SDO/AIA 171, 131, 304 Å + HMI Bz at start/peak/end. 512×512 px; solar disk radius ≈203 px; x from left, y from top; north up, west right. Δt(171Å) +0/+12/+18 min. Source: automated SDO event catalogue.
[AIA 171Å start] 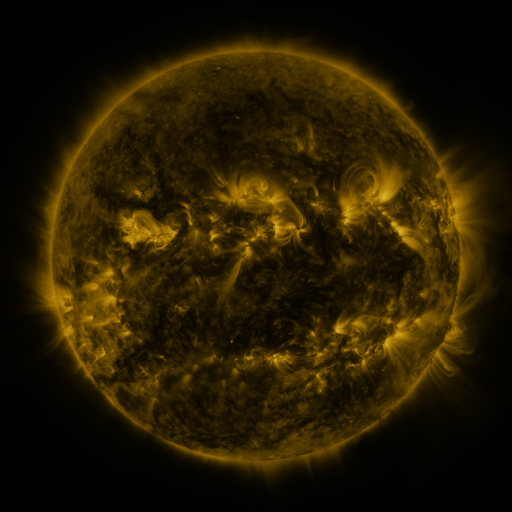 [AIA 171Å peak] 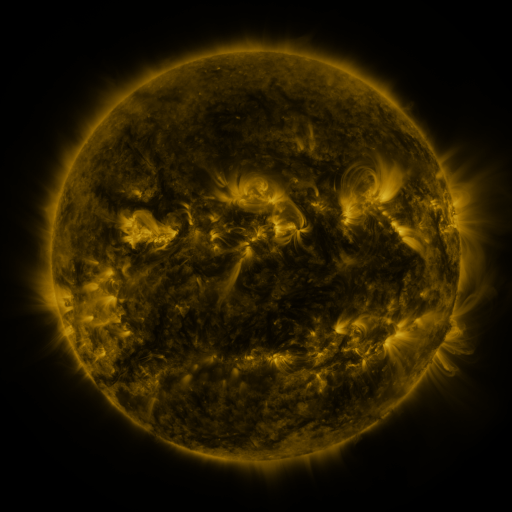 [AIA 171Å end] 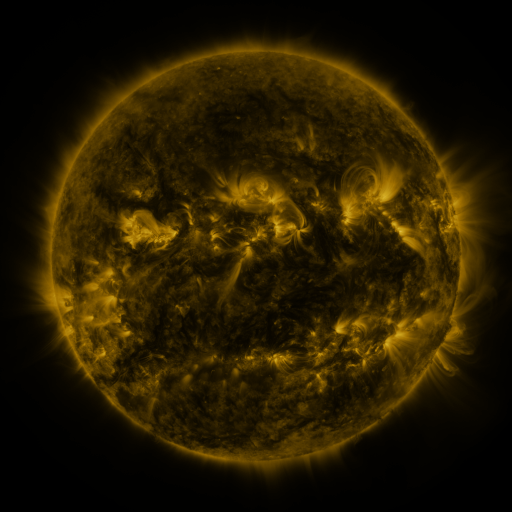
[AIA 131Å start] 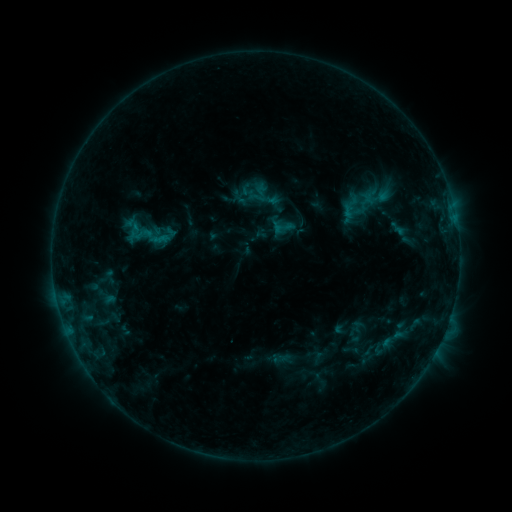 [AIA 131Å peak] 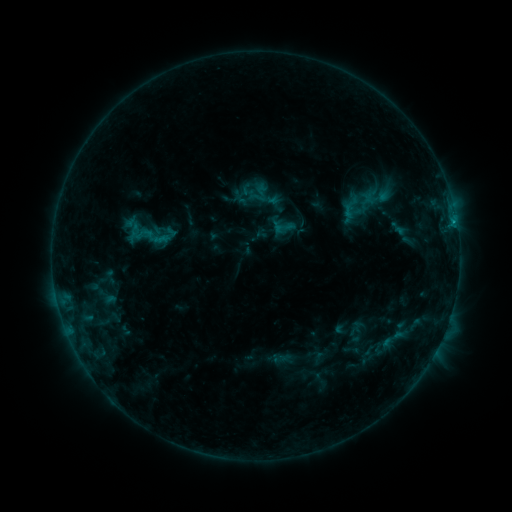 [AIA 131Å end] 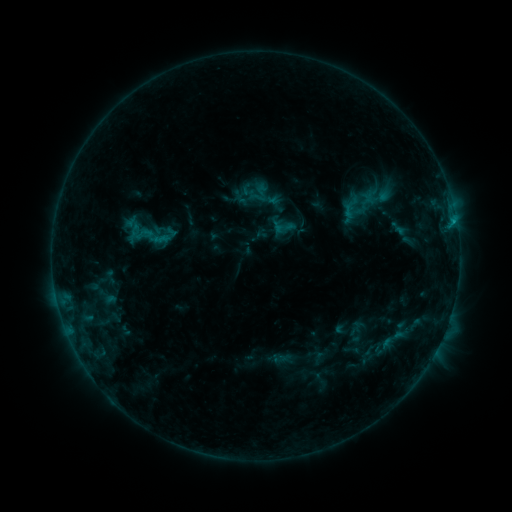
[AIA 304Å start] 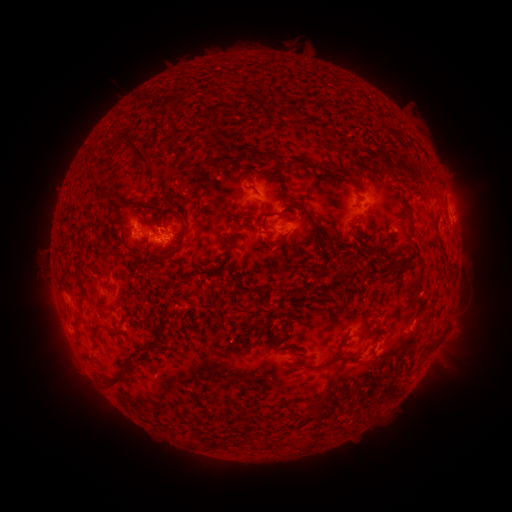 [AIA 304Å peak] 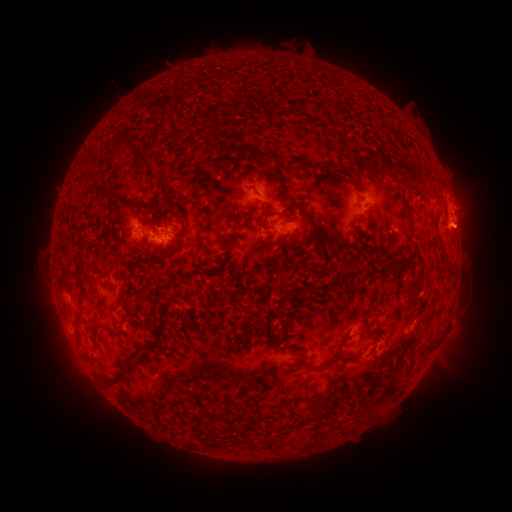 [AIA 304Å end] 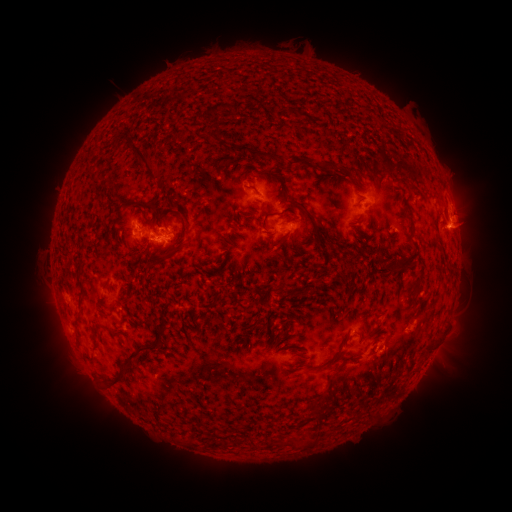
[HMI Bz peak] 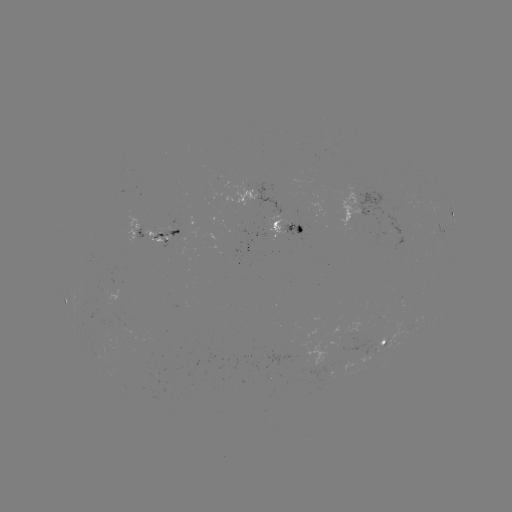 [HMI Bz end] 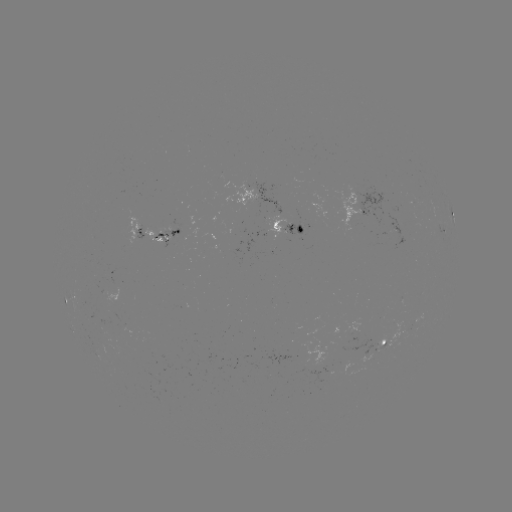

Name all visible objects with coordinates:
eruption: (462, 218)
